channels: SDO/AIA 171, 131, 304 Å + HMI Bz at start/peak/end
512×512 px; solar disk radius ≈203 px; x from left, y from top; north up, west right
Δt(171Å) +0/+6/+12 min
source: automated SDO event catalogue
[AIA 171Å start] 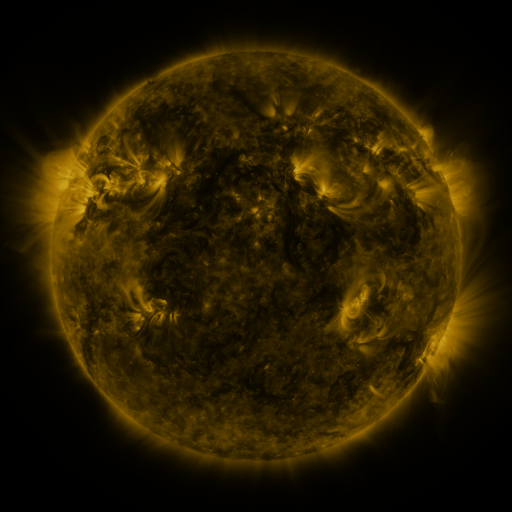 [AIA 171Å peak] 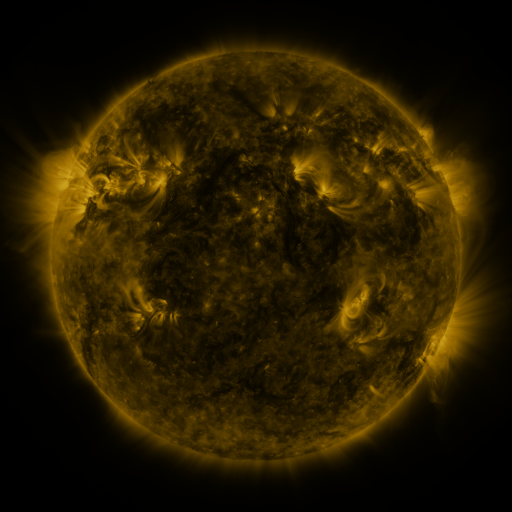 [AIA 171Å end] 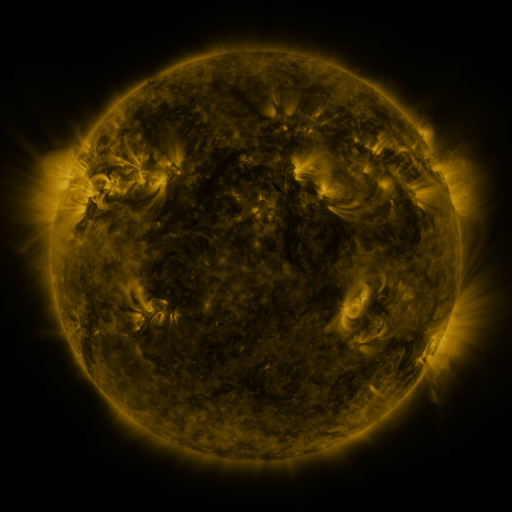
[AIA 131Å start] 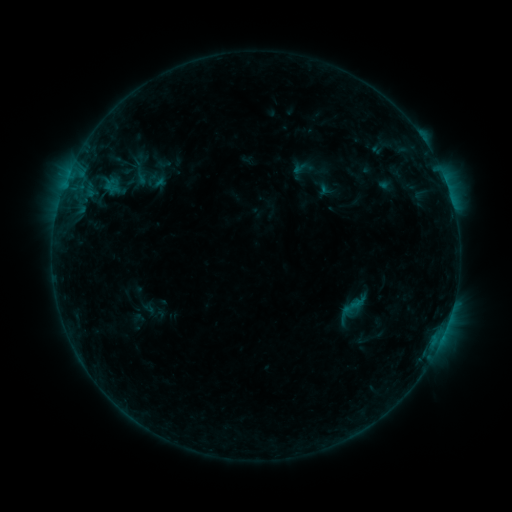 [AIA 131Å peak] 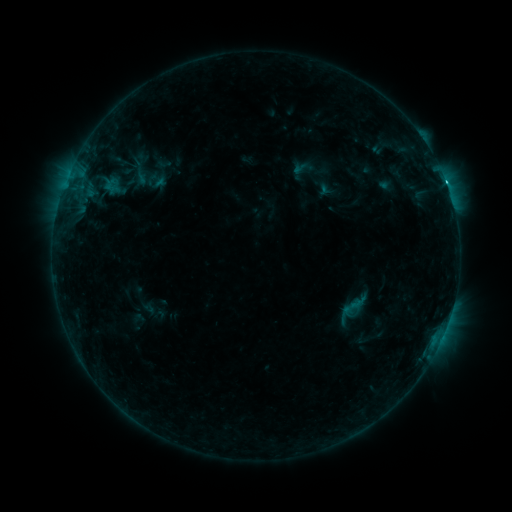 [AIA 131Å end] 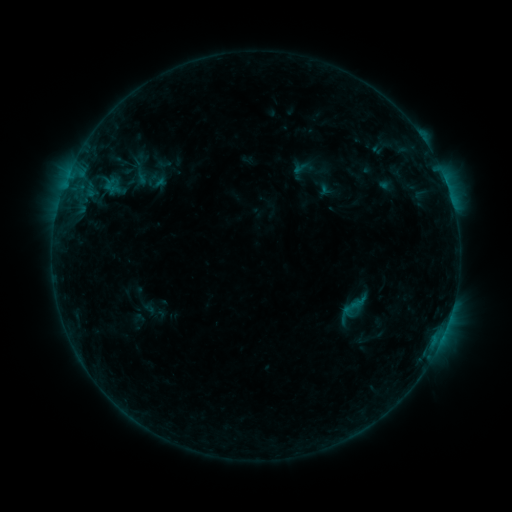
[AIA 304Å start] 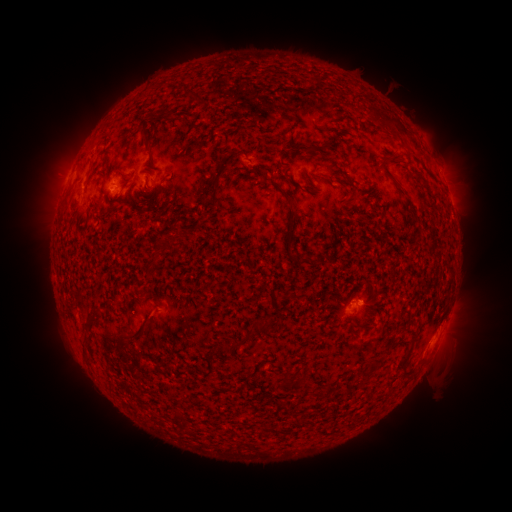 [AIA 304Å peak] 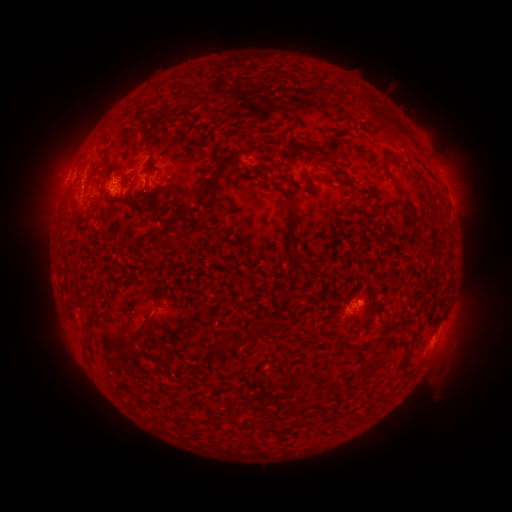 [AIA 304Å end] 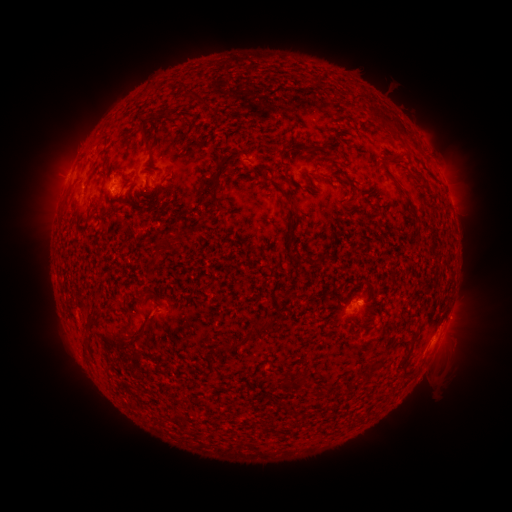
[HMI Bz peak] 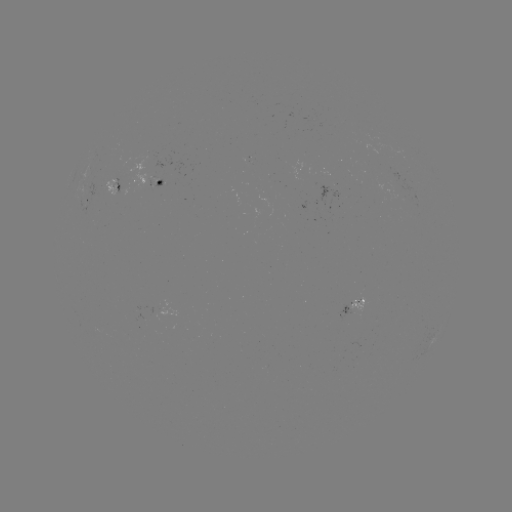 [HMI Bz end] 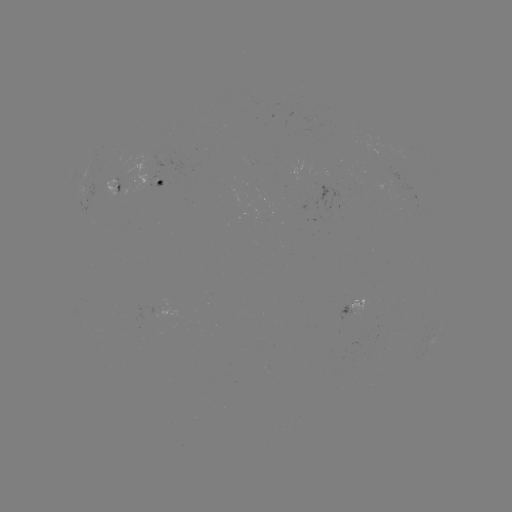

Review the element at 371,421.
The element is C1.2 flare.